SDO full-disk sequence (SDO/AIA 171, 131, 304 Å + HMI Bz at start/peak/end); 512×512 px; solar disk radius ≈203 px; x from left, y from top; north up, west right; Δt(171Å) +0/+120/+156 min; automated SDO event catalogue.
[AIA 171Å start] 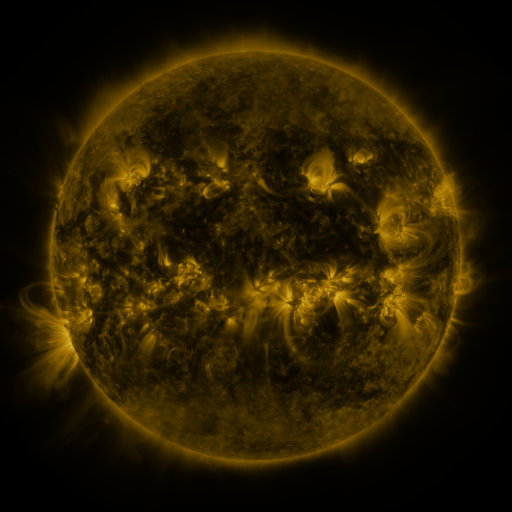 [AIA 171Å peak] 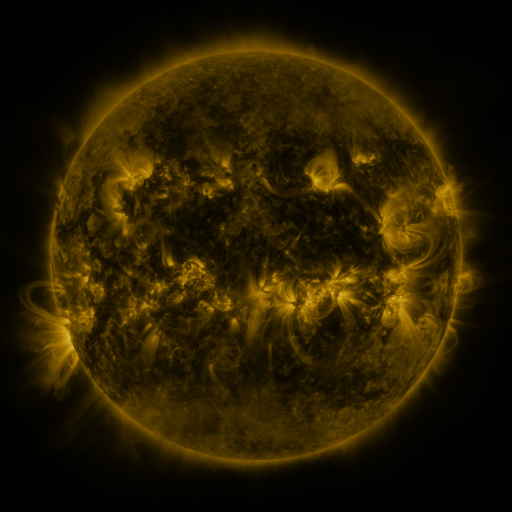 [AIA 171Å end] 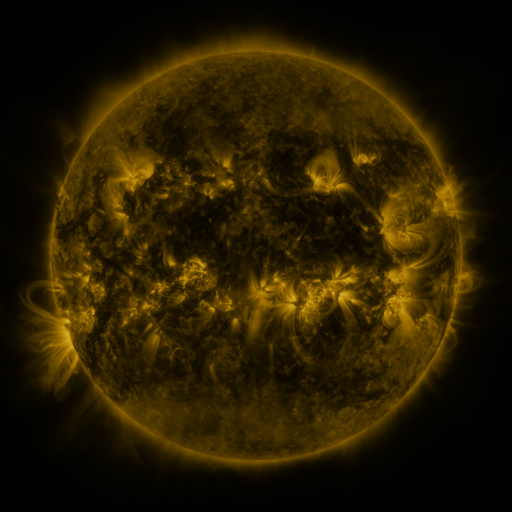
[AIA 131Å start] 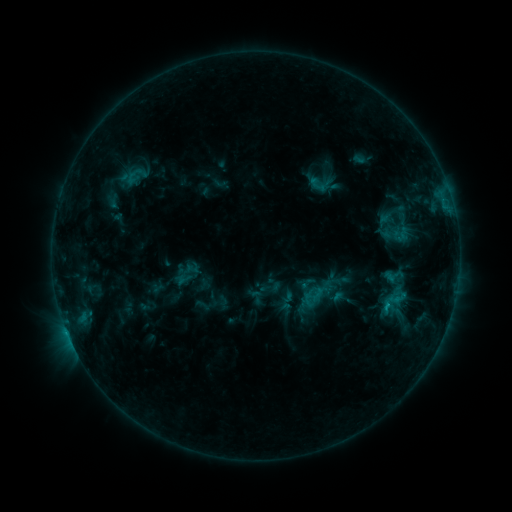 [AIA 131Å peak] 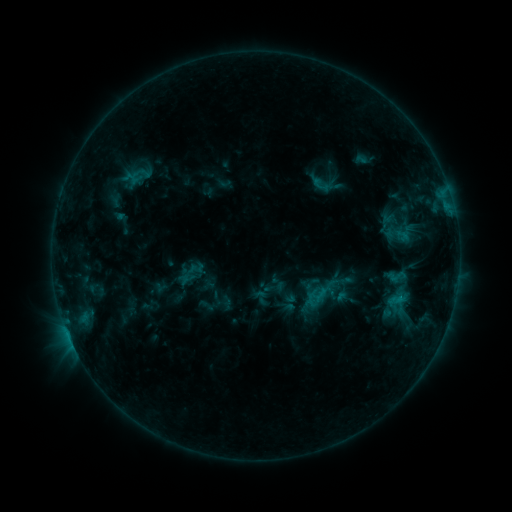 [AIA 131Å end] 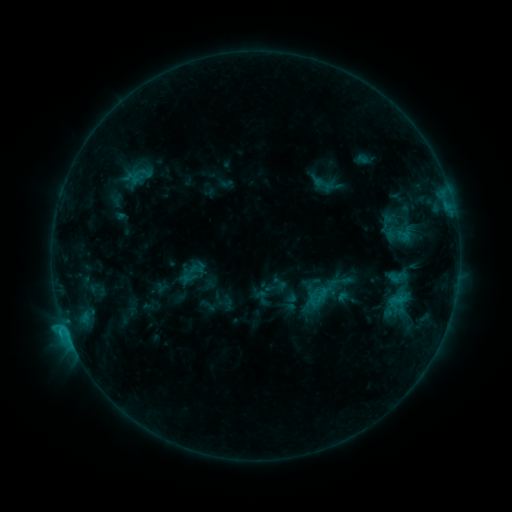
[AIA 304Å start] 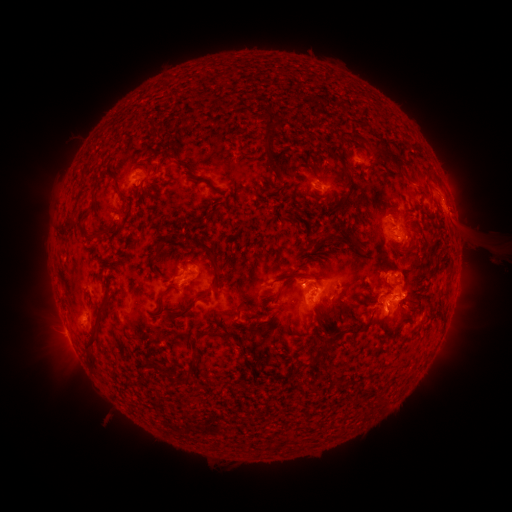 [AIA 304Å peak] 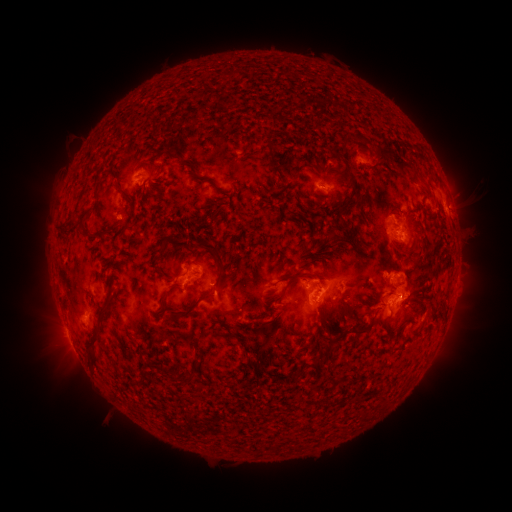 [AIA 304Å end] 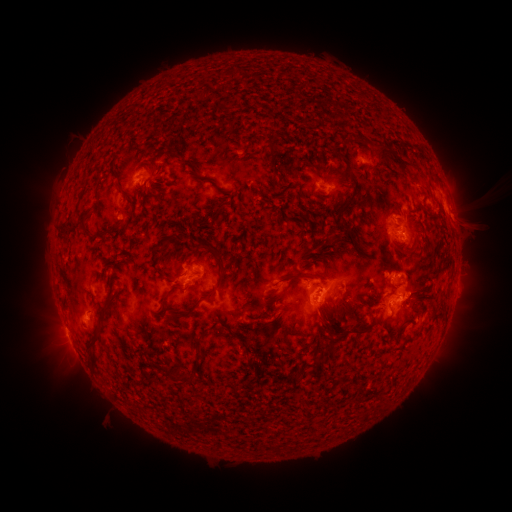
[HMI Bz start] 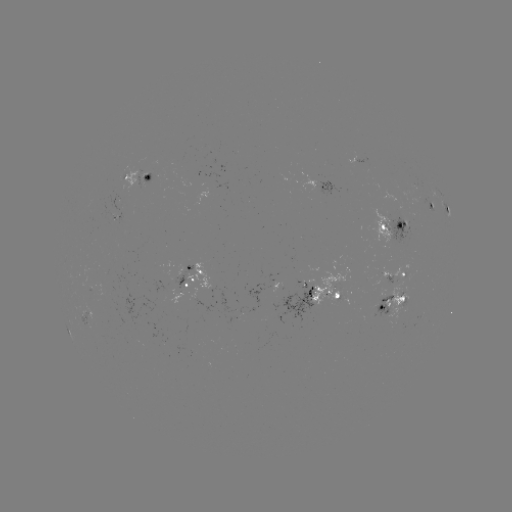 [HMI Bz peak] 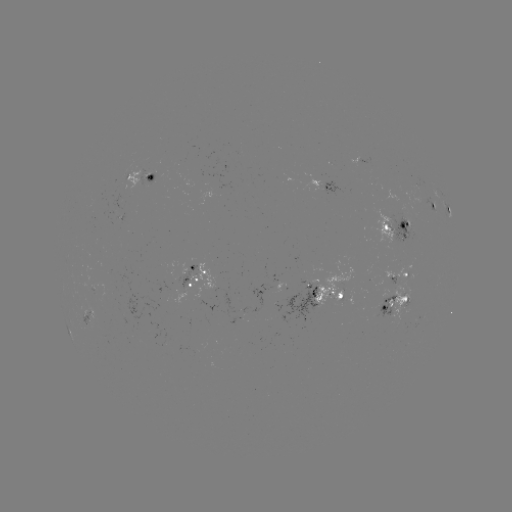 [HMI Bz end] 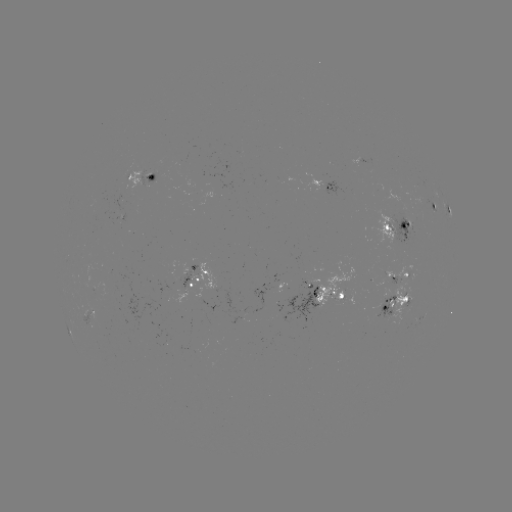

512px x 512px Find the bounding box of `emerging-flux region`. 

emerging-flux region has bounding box [281, 280, 318, 324].